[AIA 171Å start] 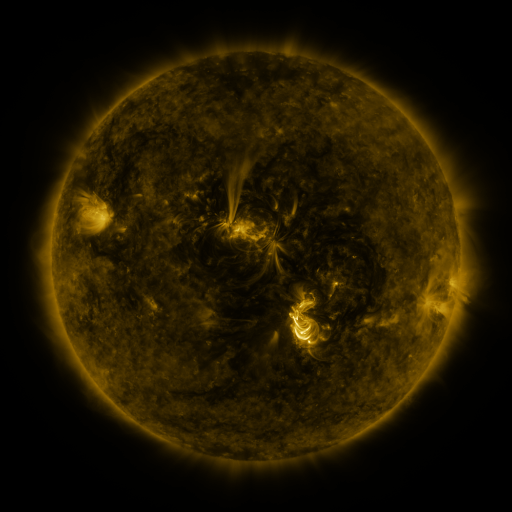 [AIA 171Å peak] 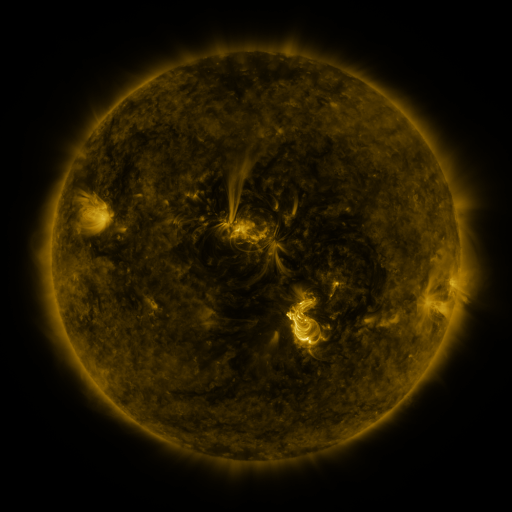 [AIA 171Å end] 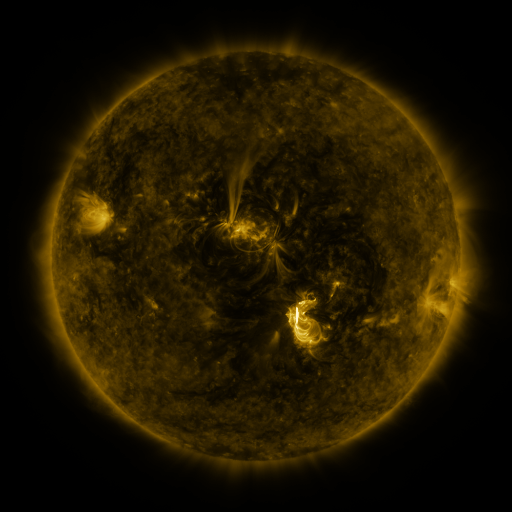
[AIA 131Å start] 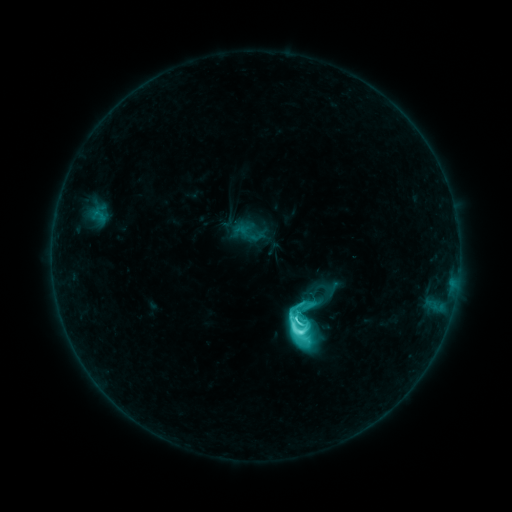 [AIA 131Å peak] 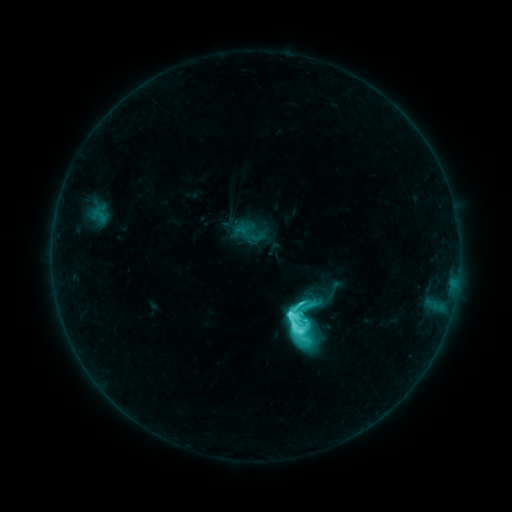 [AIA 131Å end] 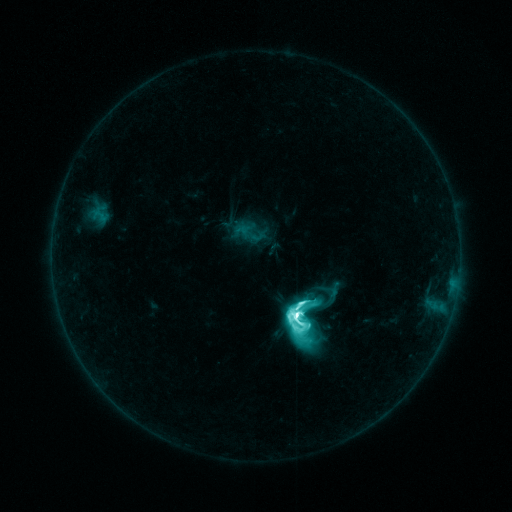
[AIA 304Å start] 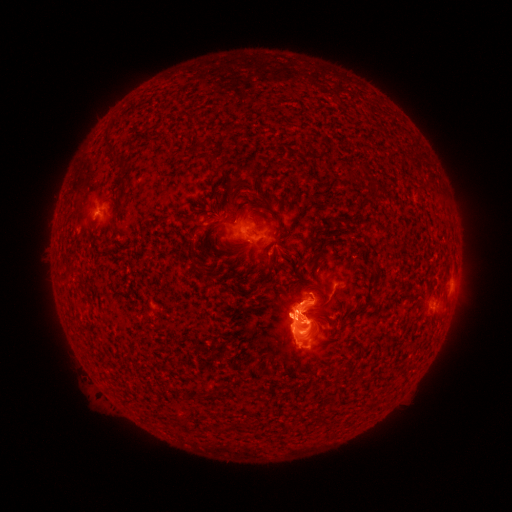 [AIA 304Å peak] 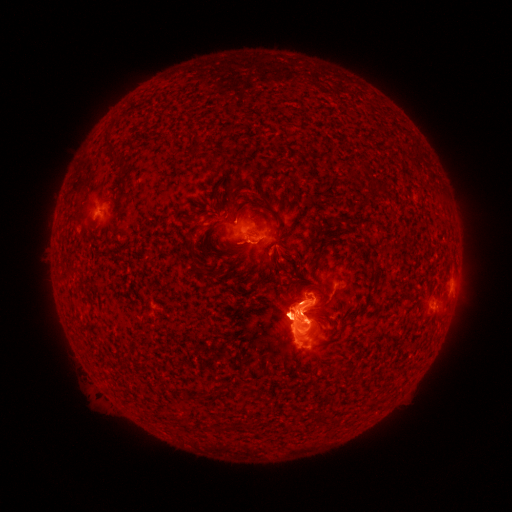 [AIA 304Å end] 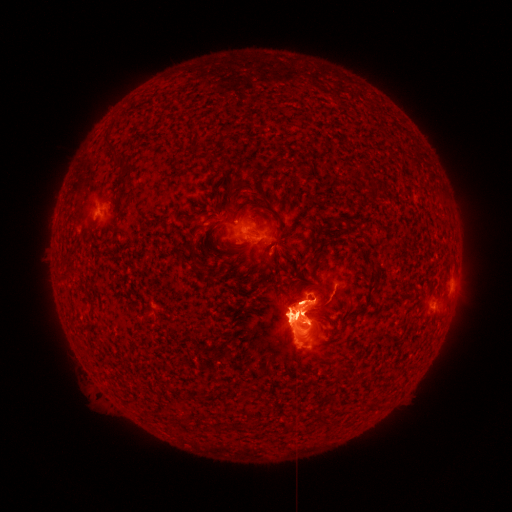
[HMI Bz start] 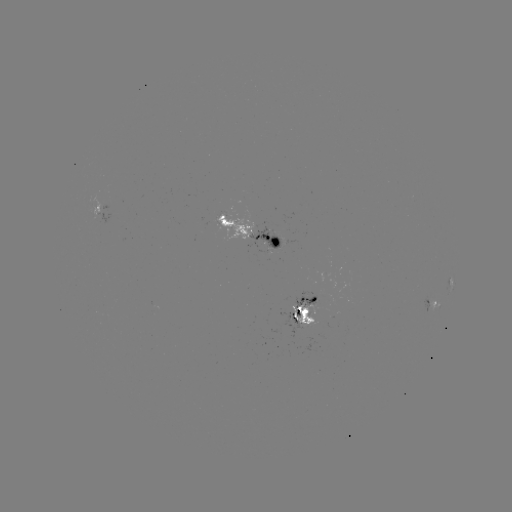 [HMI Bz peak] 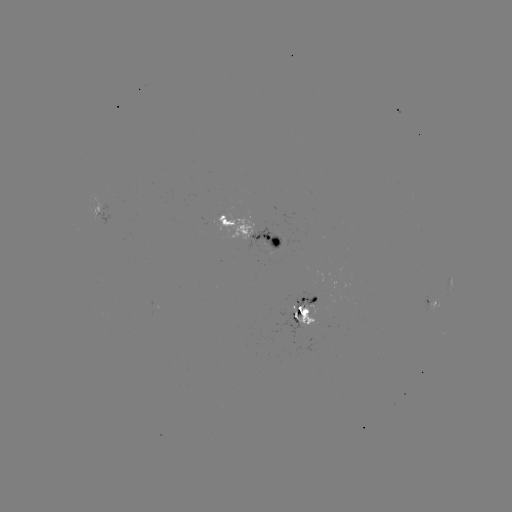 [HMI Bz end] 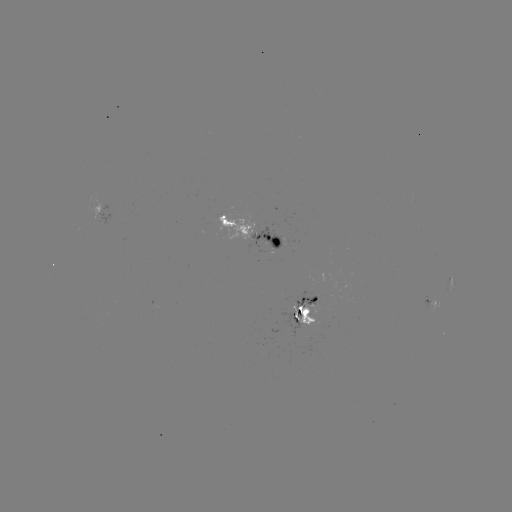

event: eruption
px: (272, 315)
